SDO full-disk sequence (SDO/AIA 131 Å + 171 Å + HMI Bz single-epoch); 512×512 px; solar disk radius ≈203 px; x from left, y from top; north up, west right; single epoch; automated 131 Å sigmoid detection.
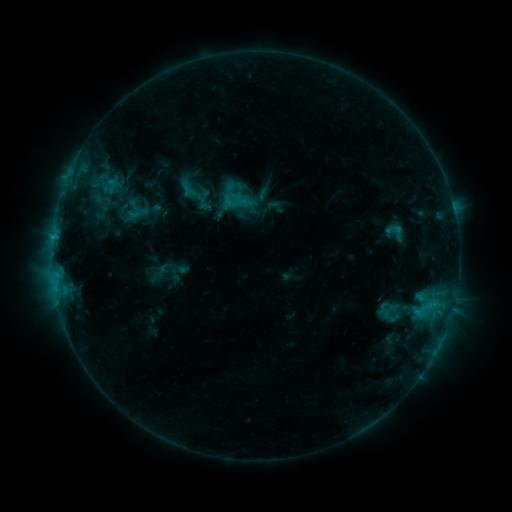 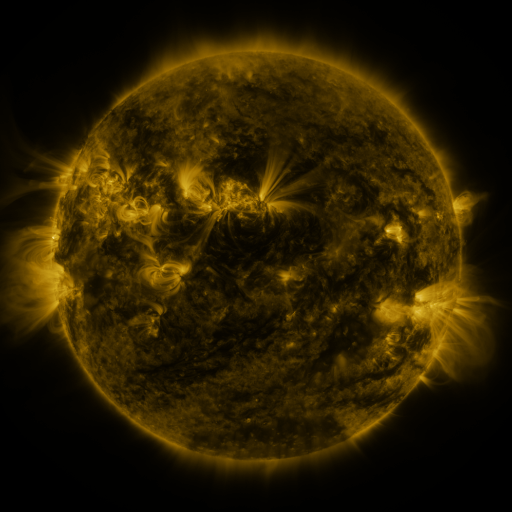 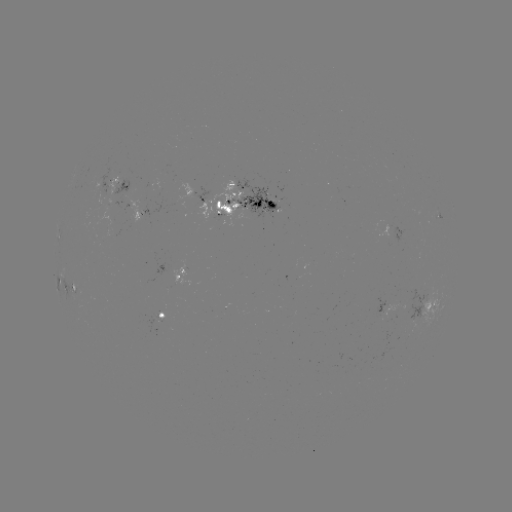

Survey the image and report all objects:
sigmoid: (204, 200)
sigmoid: (234, 201)
